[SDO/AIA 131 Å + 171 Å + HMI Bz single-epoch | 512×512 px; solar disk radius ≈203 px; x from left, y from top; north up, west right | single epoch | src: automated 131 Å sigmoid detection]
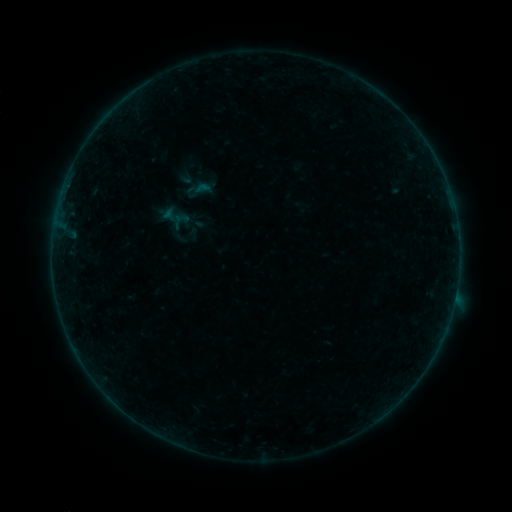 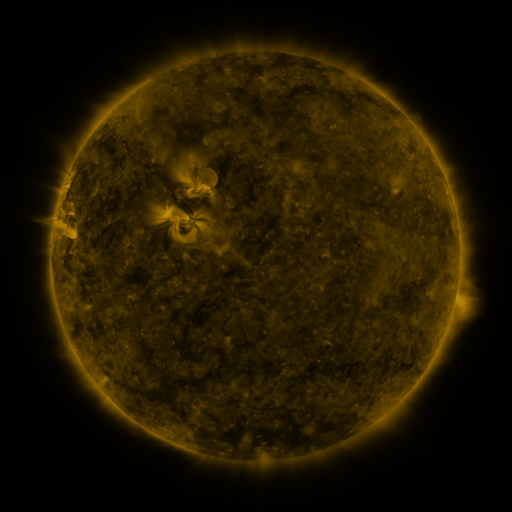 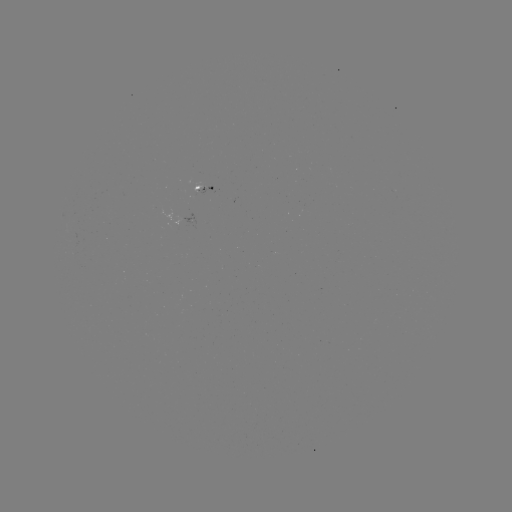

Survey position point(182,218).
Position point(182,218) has sigmoid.